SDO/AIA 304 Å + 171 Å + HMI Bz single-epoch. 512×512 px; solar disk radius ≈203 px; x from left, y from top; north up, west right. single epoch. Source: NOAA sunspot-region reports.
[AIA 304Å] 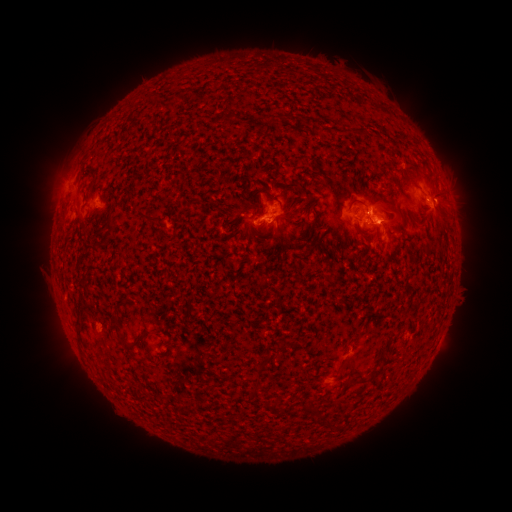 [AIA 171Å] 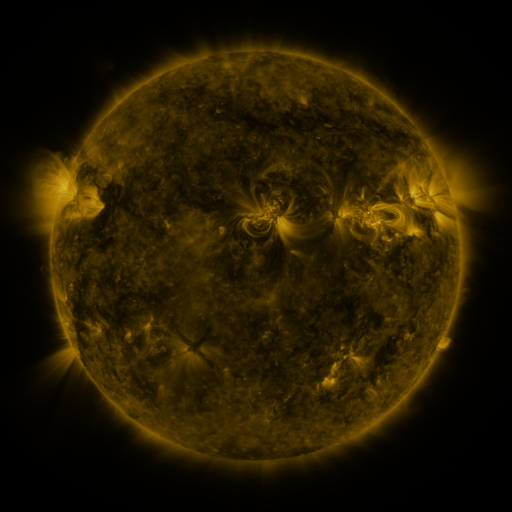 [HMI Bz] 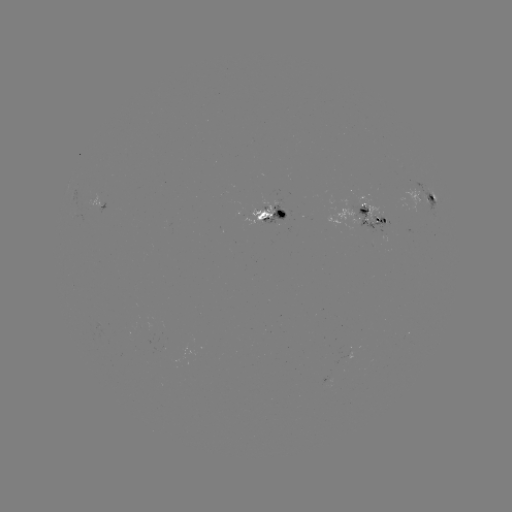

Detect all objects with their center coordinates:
spotted active region: (427, 202)
spotted active region: (276, 216)
spotted active region: (374, 216)
